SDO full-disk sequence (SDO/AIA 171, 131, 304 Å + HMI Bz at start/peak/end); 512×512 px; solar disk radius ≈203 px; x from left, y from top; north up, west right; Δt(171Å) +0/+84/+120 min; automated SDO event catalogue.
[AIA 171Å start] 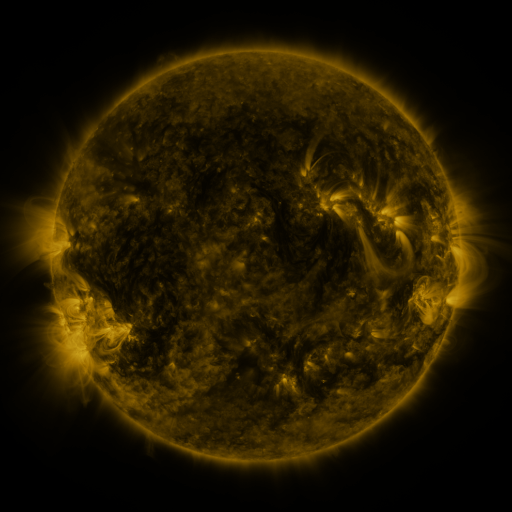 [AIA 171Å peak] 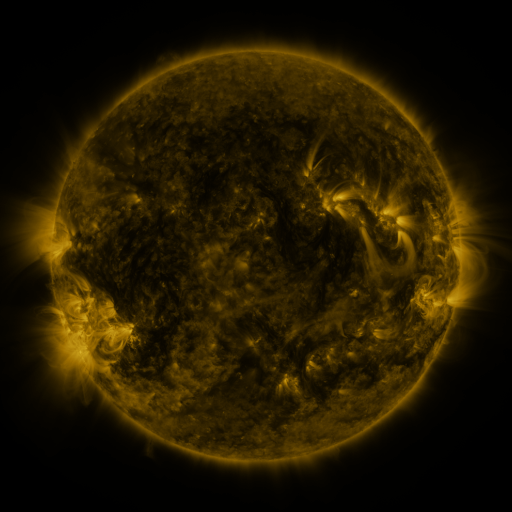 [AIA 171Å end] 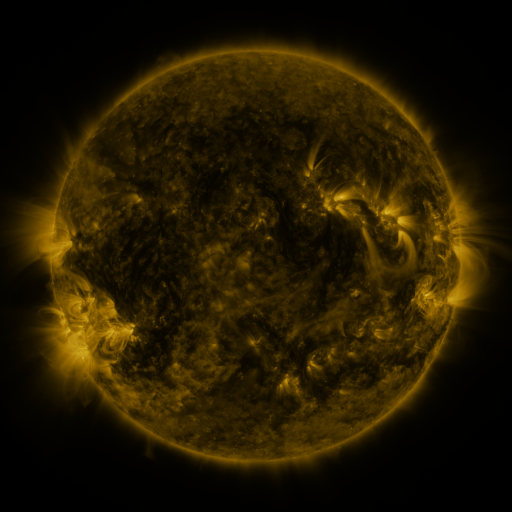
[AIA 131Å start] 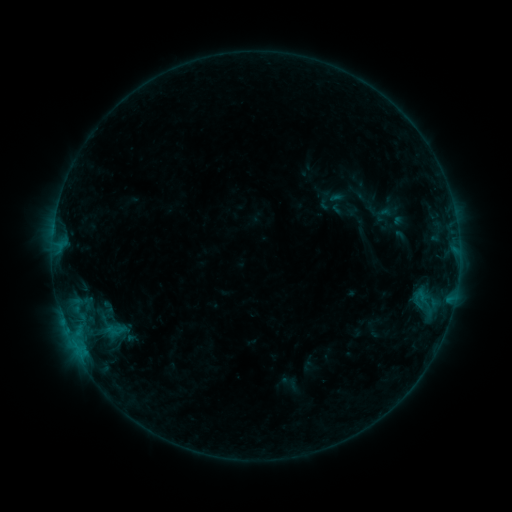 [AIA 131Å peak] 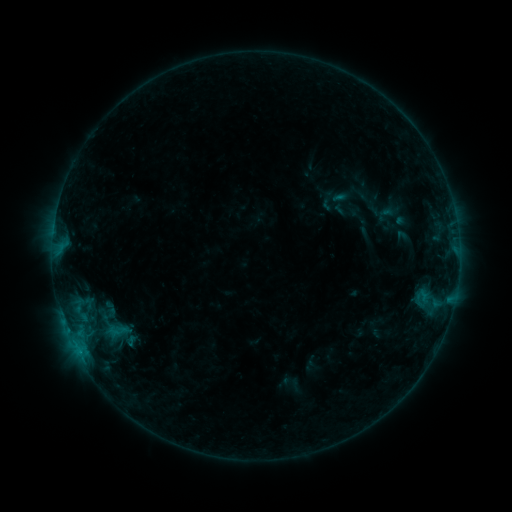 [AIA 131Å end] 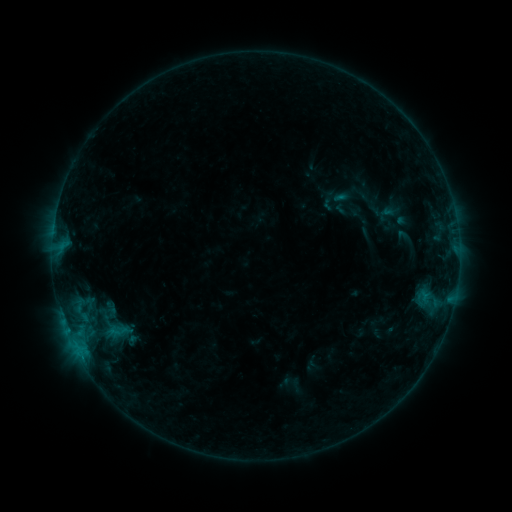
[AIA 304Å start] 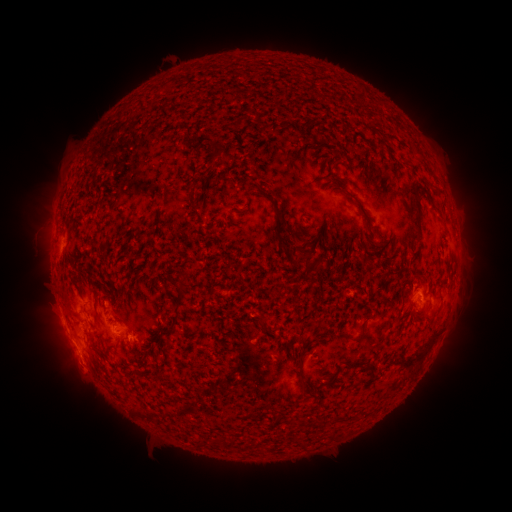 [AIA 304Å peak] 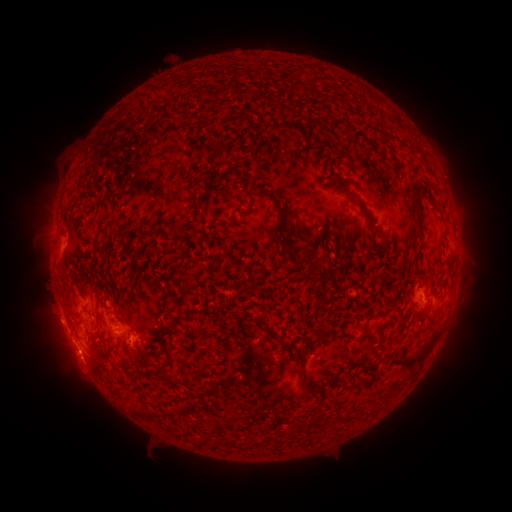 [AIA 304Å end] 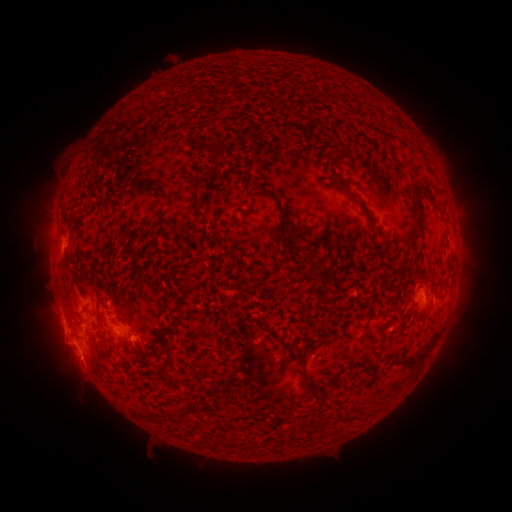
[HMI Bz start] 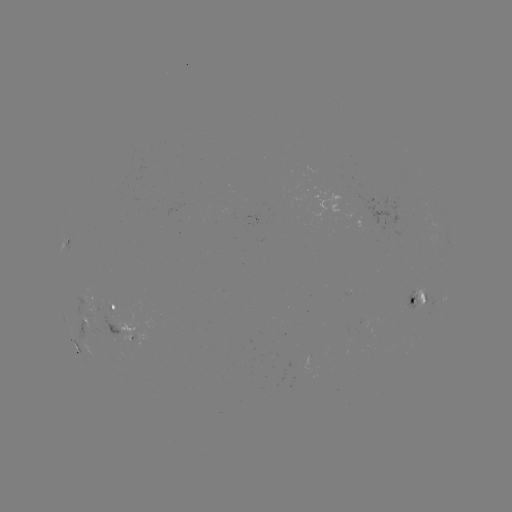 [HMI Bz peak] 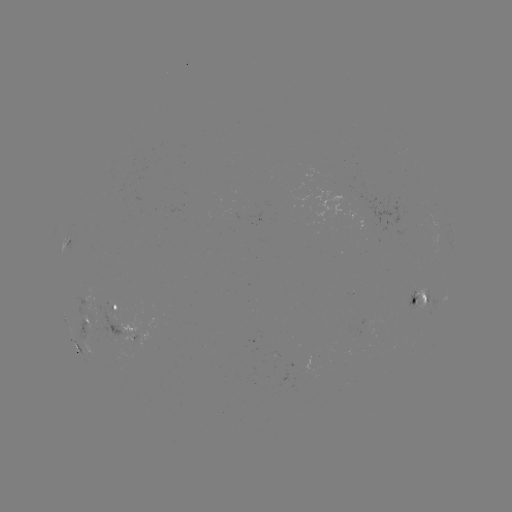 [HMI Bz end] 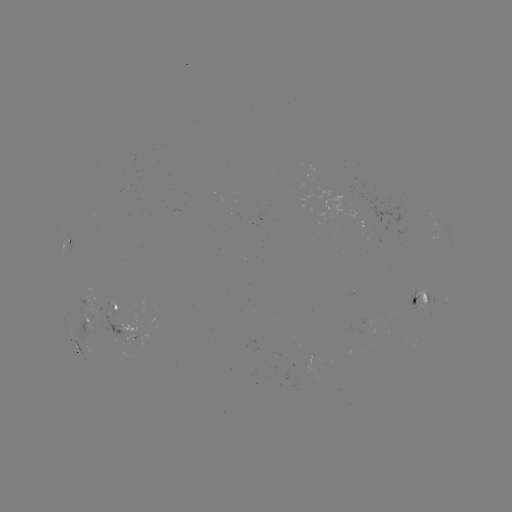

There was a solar emerging-flux region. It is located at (110, 318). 